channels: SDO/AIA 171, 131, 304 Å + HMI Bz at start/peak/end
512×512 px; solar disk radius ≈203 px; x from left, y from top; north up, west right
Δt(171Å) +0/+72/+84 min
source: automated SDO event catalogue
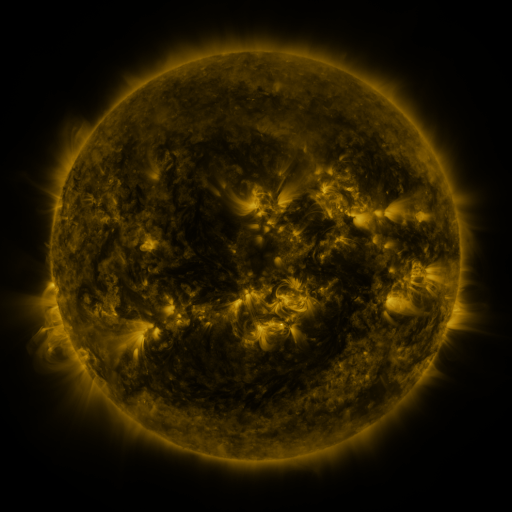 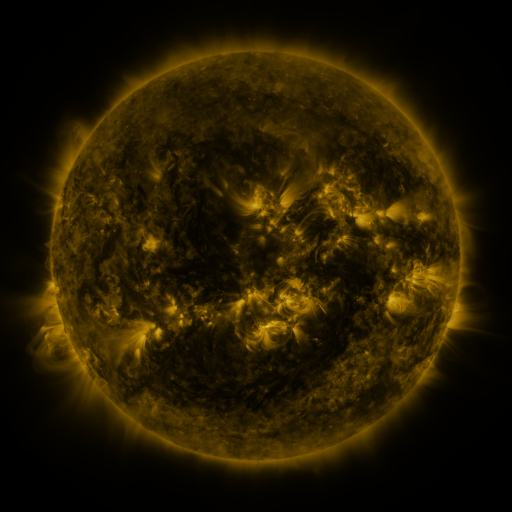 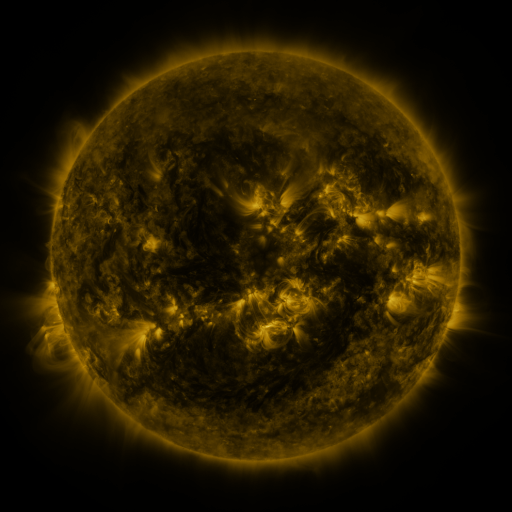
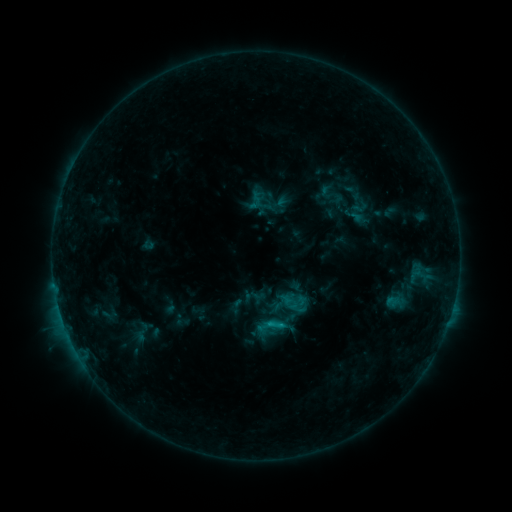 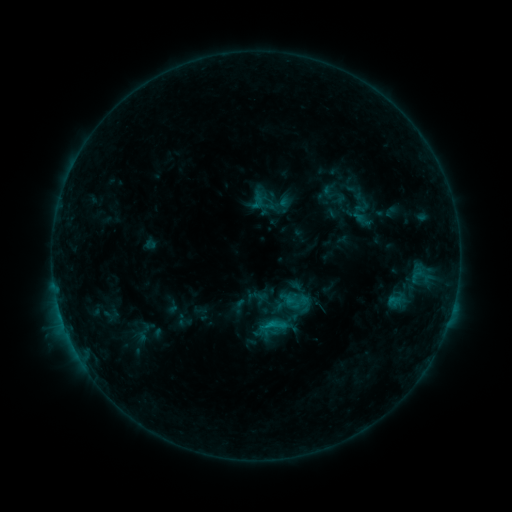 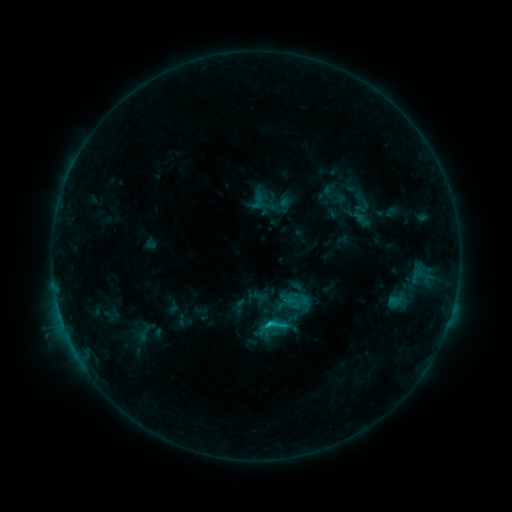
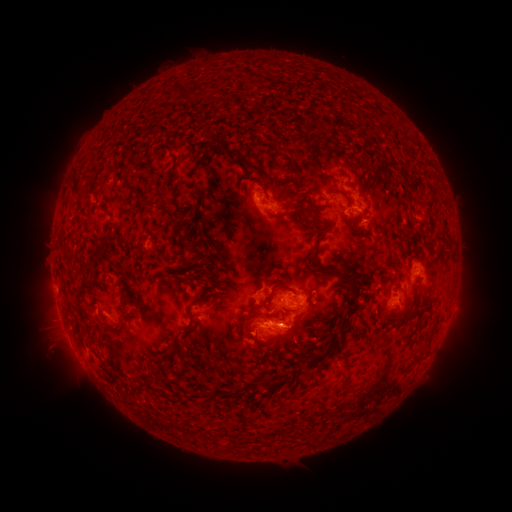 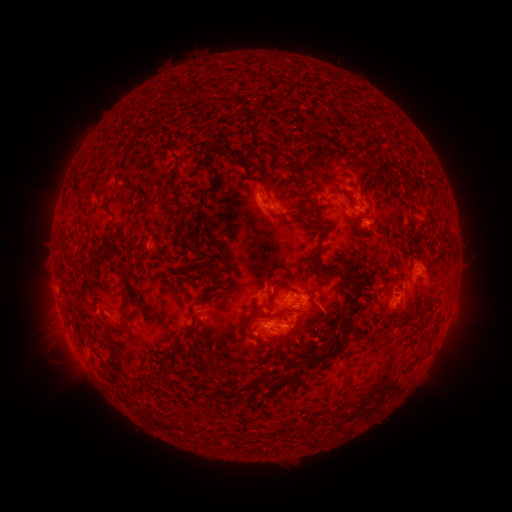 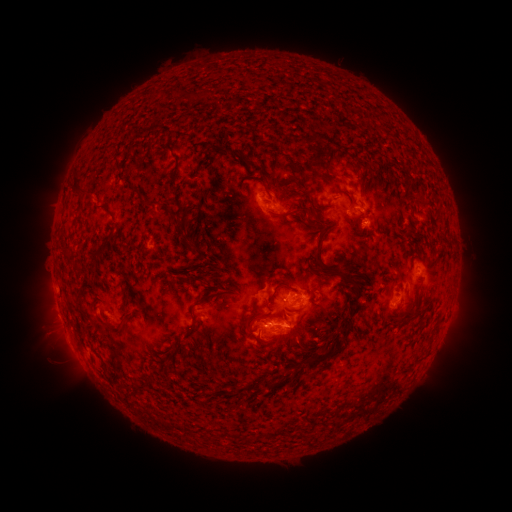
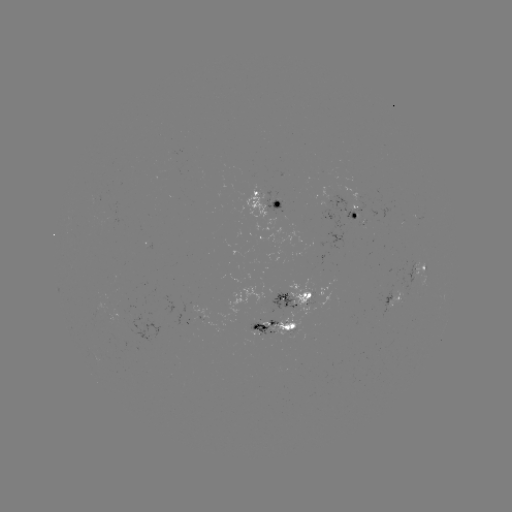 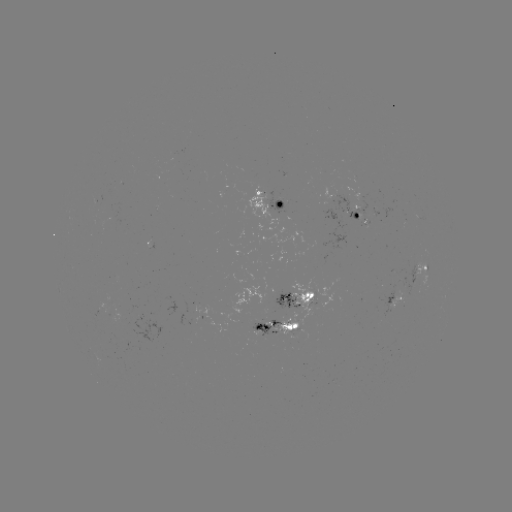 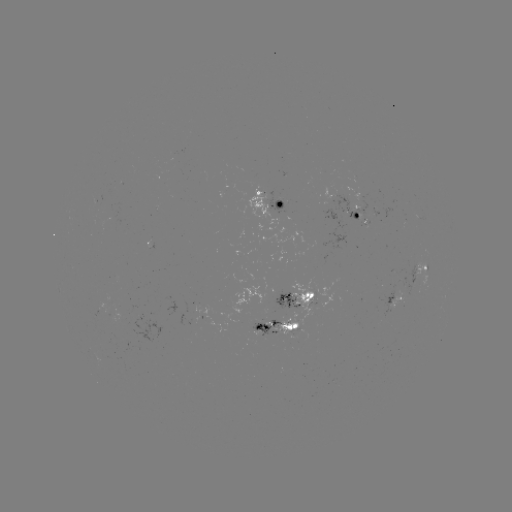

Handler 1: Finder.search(emerging-flux region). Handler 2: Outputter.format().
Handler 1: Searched emerging-flux region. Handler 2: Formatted [276, 290].